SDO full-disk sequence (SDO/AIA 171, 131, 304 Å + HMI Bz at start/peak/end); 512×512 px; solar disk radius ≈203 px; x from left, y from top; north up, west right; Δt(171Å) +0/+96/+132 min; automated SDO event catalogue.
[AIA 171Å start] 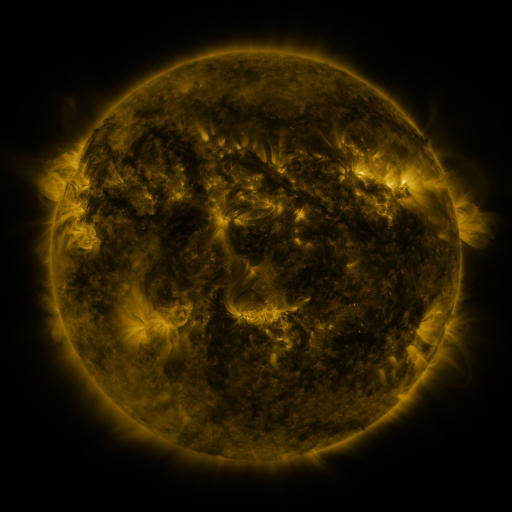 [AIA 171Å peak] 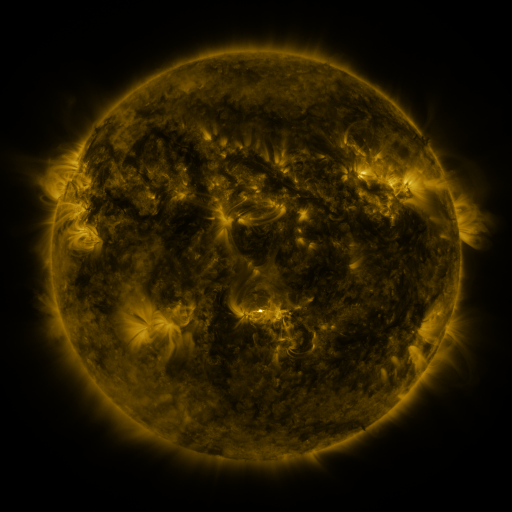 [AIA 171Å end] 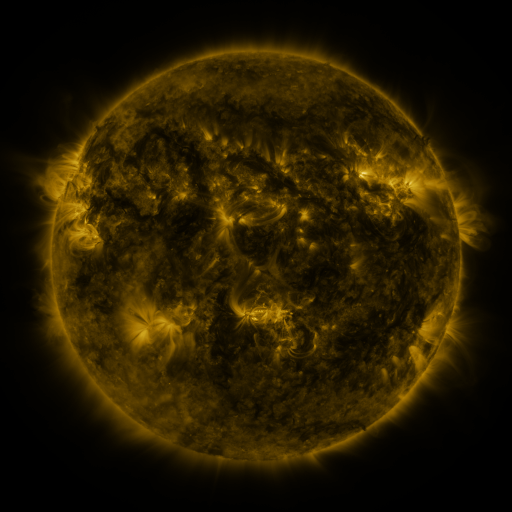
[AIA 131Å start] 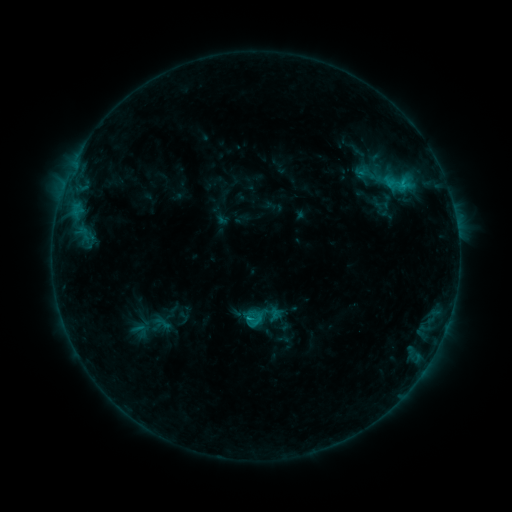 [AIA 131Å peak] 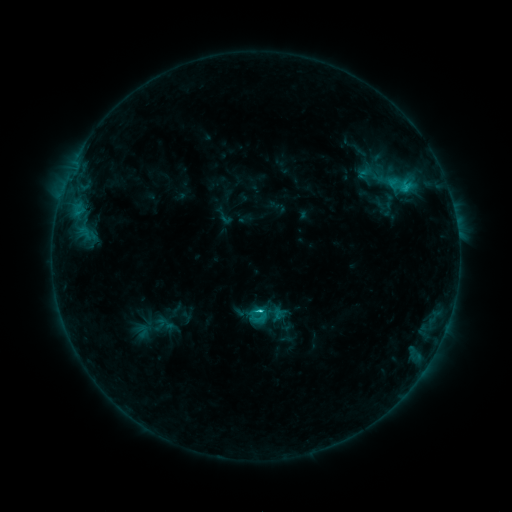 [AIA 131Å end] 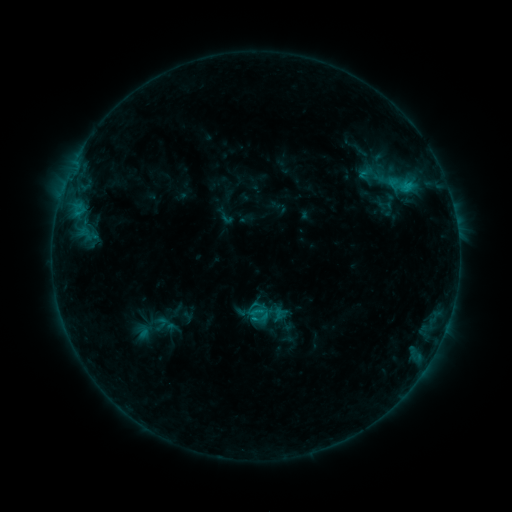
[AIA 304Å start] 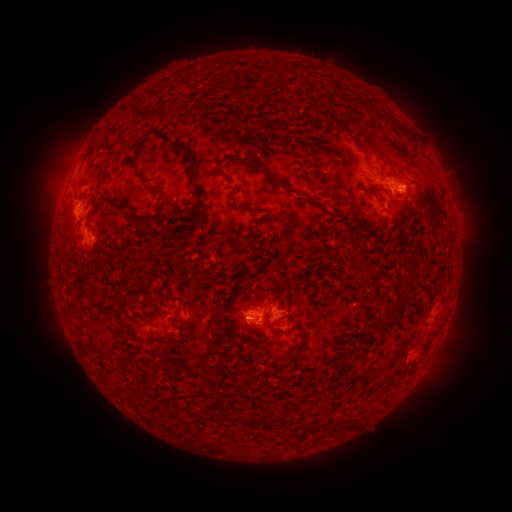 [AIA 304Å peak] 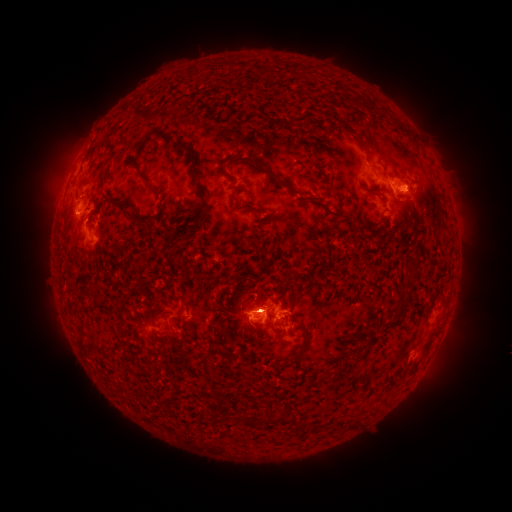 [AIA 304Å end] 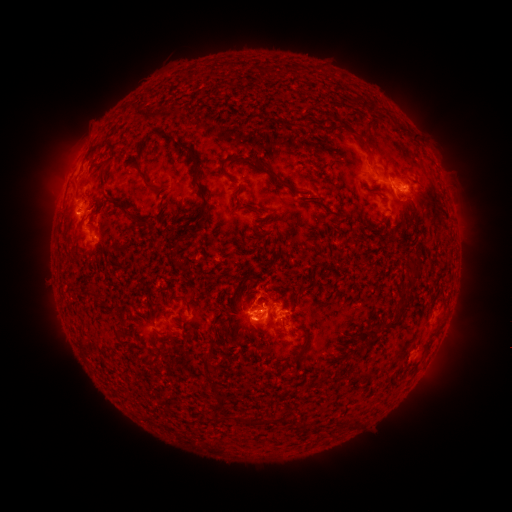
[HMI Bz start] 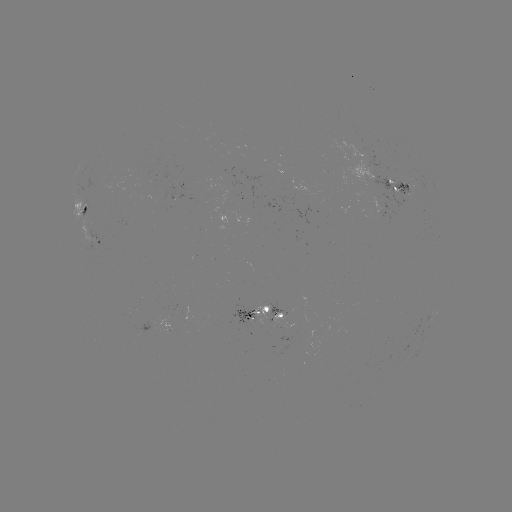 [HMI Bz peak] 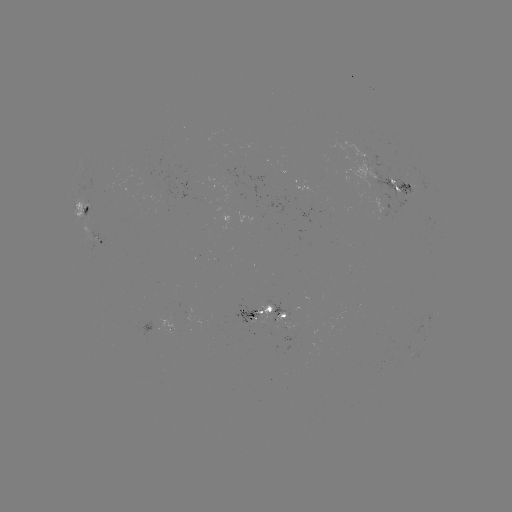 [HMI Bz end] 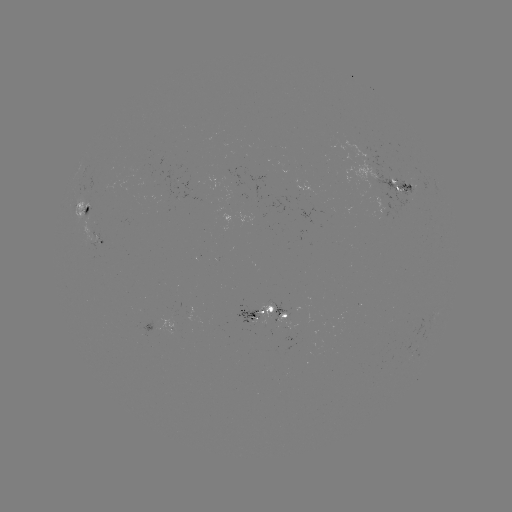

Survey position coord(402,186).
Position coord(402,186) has emerging-flux region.